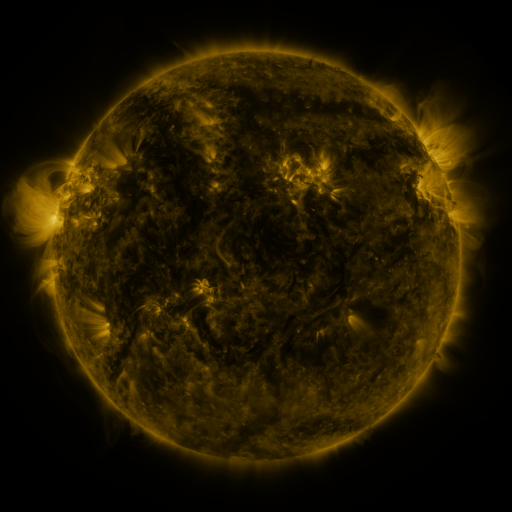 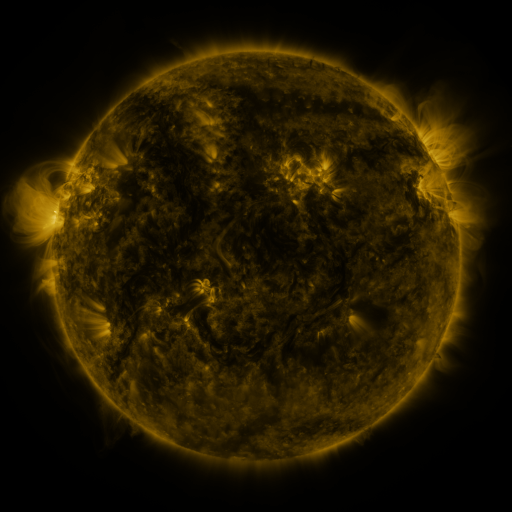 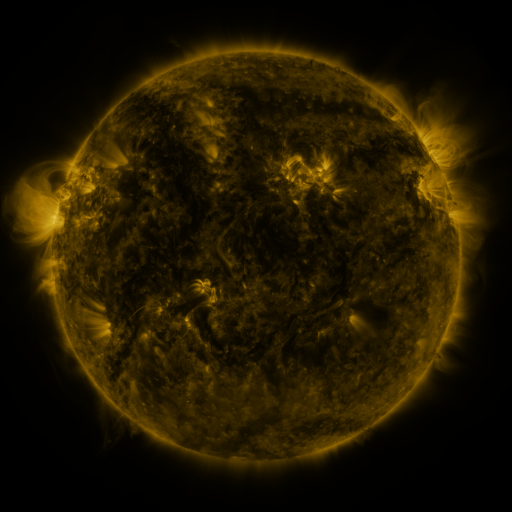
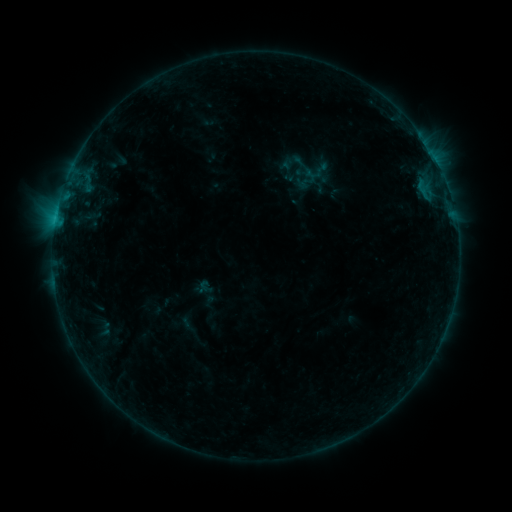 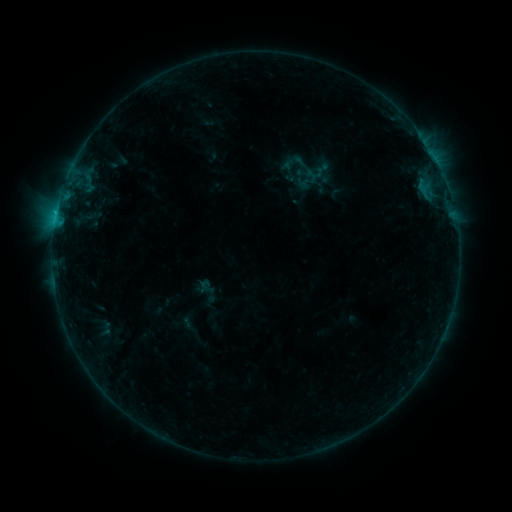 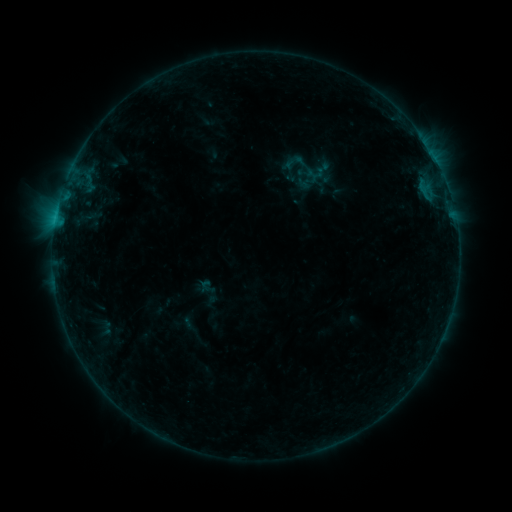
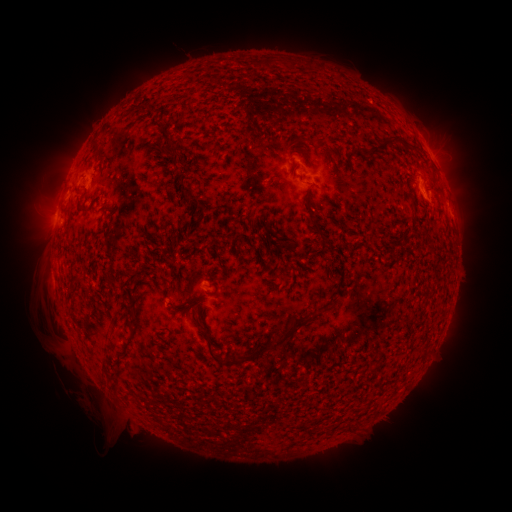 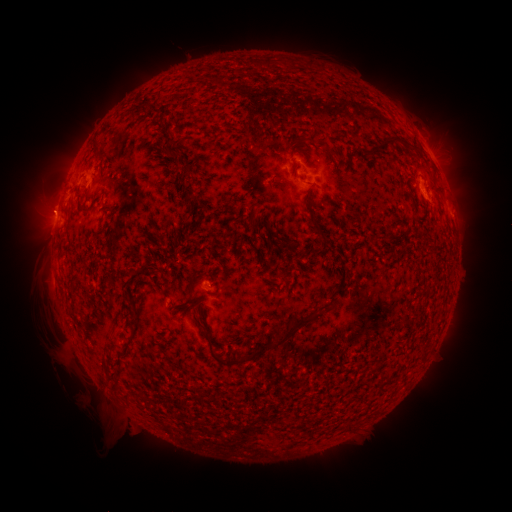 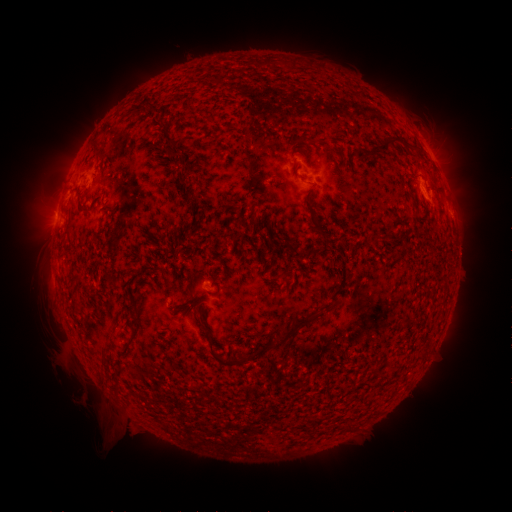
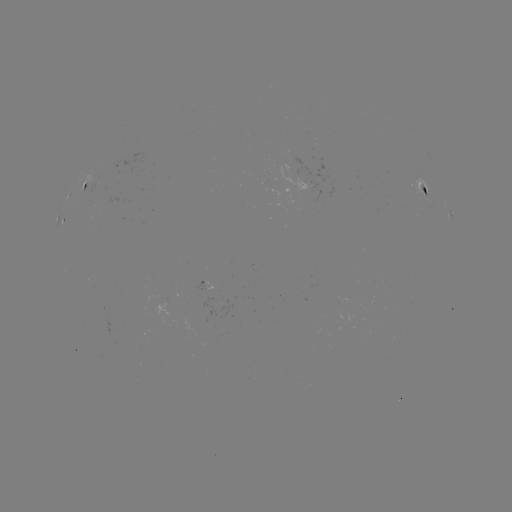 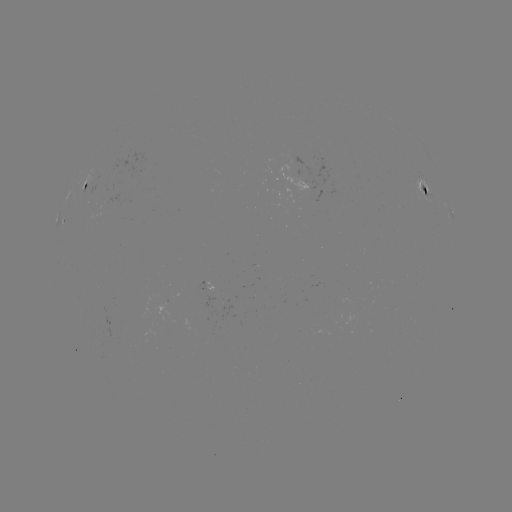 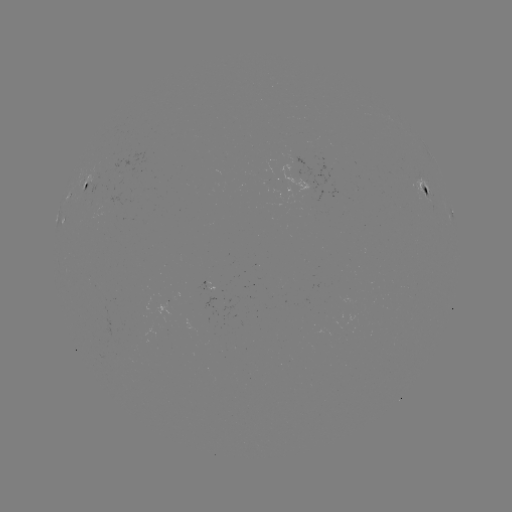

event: flare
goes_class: B4.2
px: (56, 216)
